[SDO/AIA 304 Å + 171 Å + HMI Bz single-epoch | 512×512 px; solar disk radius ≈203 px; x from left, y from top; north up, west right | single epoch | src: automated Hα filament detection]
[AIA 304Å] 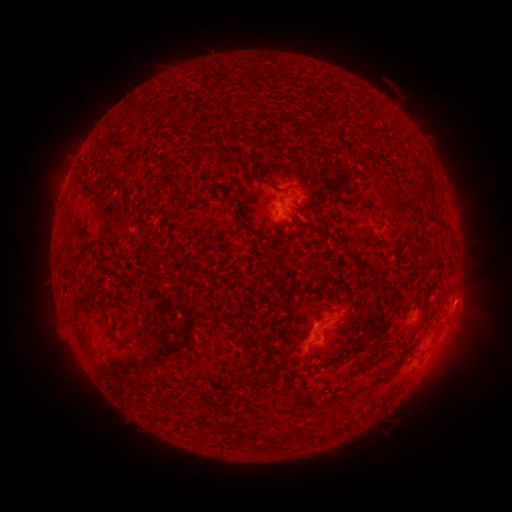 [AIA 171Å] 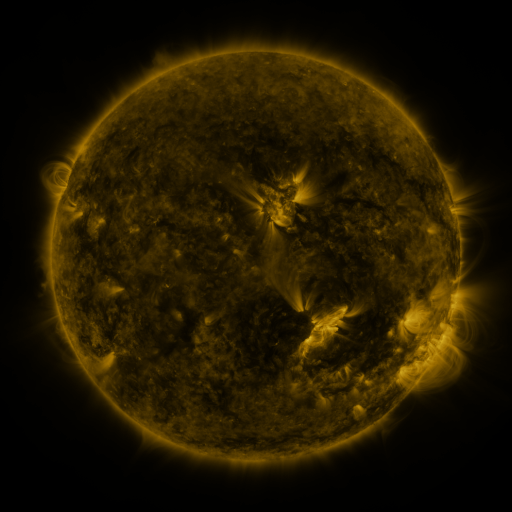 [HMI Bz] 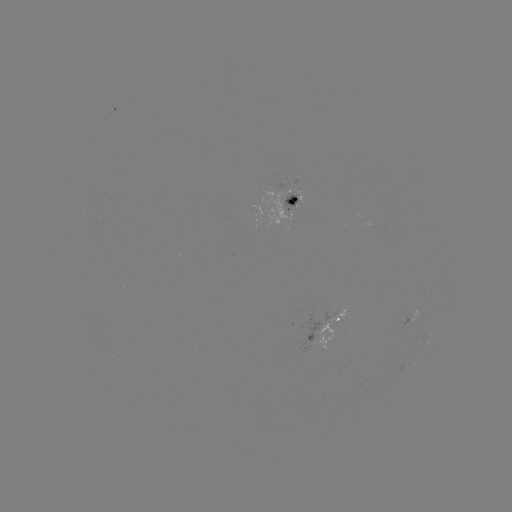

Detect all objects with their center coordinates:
filament: [244, 170, 264, 183]
filament: [77, 292, 90, 302]
filament: [232, 370, 248, 382]
